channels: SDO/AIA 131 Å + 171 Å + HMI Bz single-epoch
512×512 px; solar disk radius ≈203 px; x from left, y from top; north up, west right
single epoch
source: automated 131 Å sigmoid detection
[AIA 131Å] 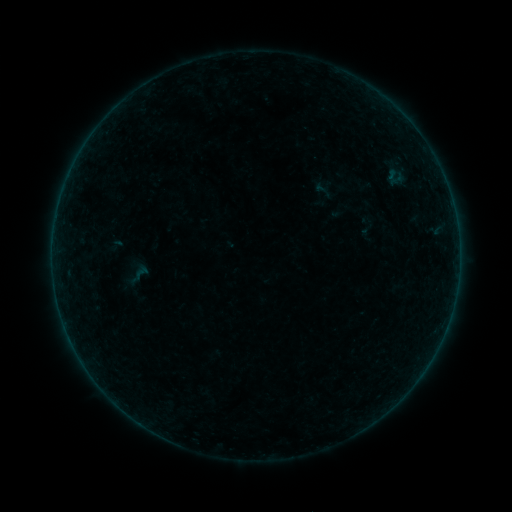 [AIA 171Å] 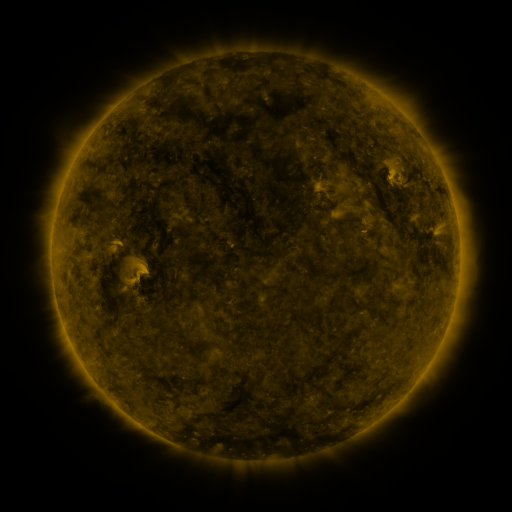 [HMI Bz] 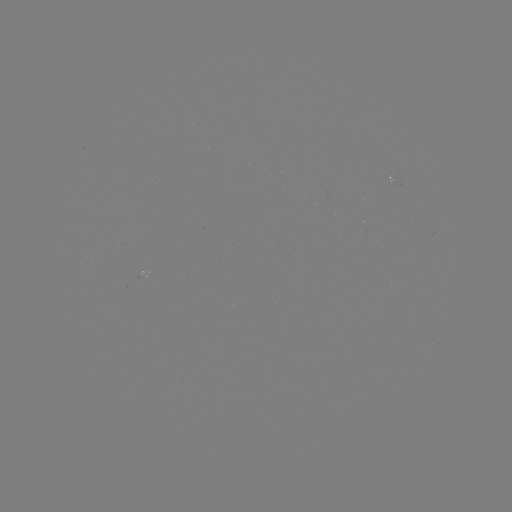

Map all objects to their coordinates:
sigmoid: [311, 179, 339, 202]
sigmoid: [116, 256, 156, 290]
